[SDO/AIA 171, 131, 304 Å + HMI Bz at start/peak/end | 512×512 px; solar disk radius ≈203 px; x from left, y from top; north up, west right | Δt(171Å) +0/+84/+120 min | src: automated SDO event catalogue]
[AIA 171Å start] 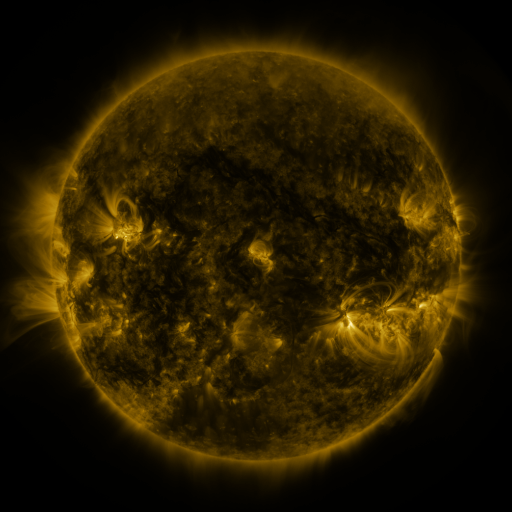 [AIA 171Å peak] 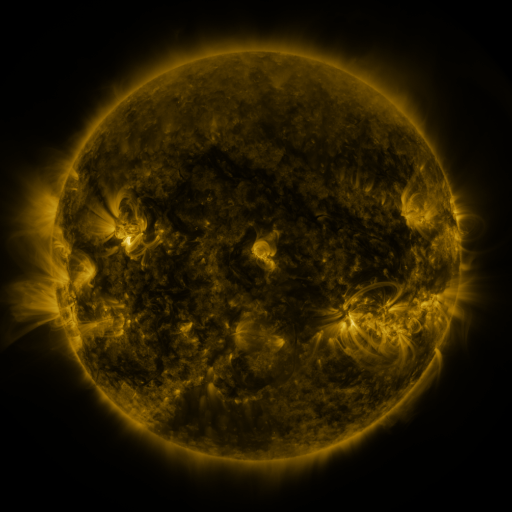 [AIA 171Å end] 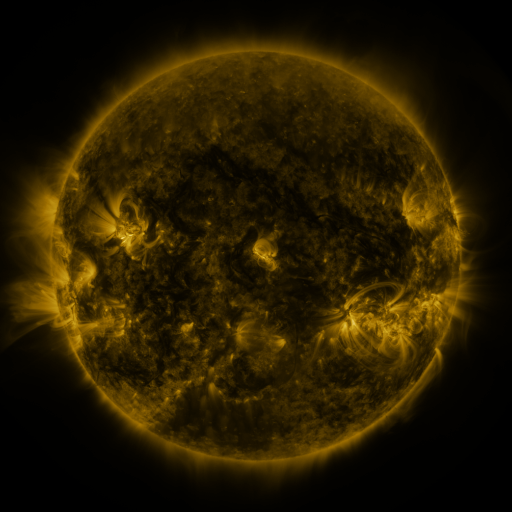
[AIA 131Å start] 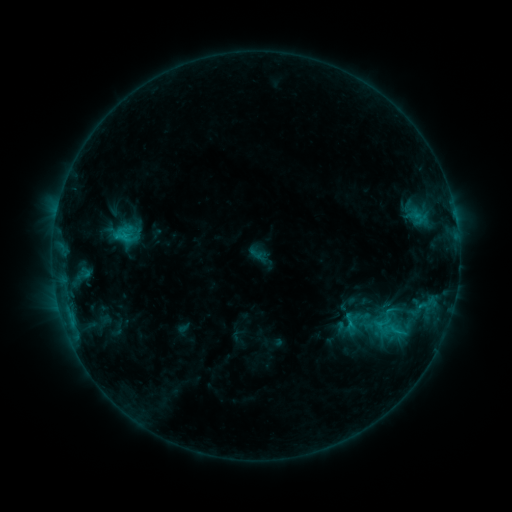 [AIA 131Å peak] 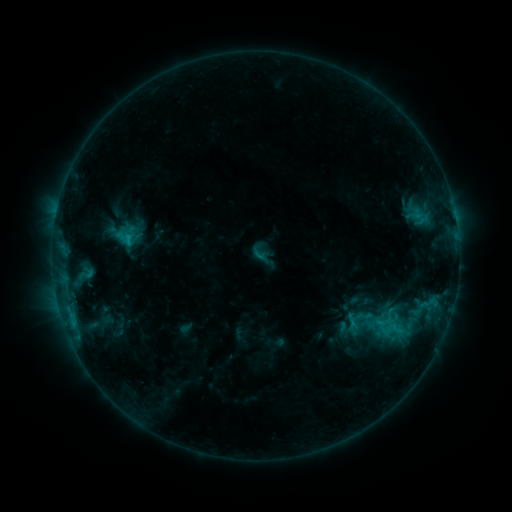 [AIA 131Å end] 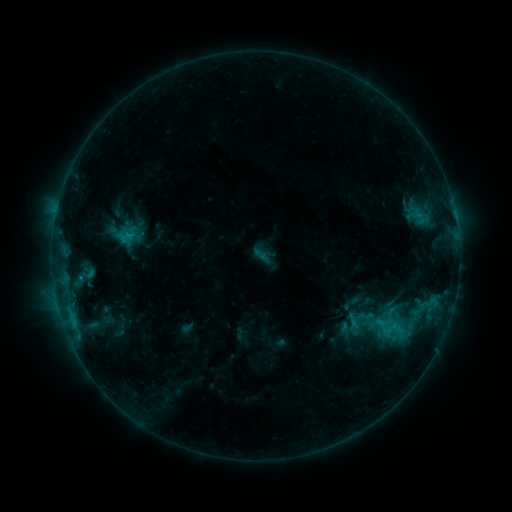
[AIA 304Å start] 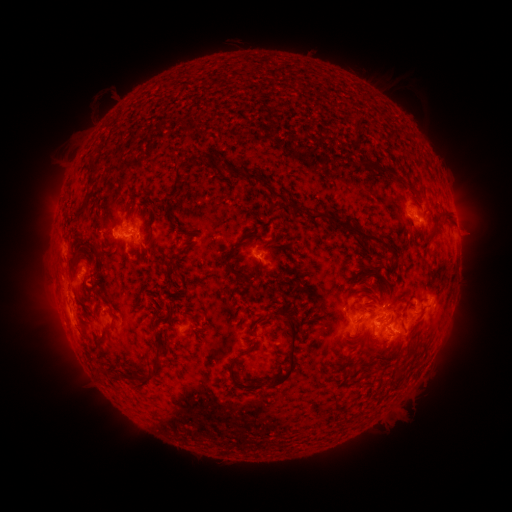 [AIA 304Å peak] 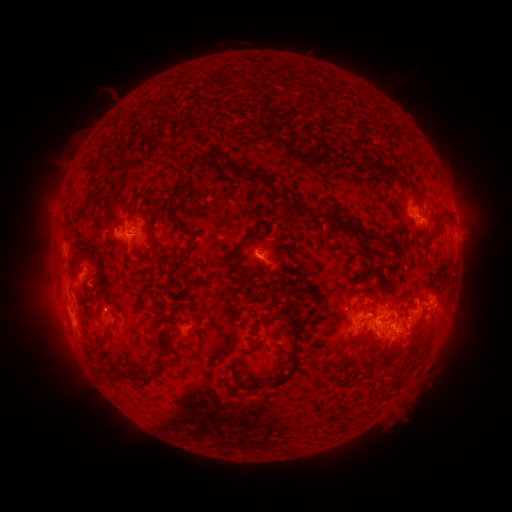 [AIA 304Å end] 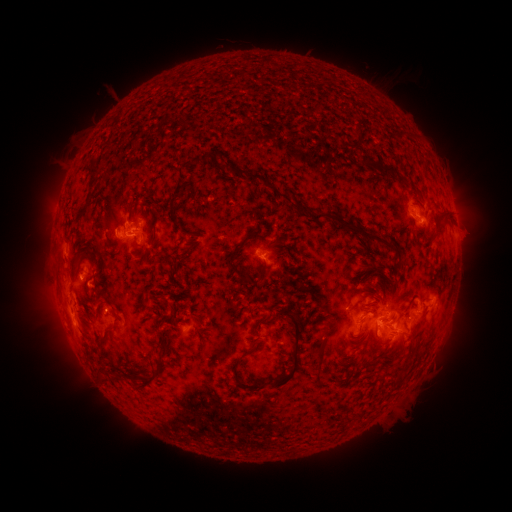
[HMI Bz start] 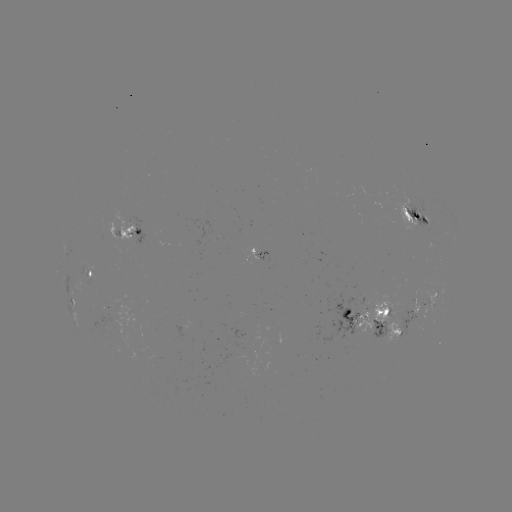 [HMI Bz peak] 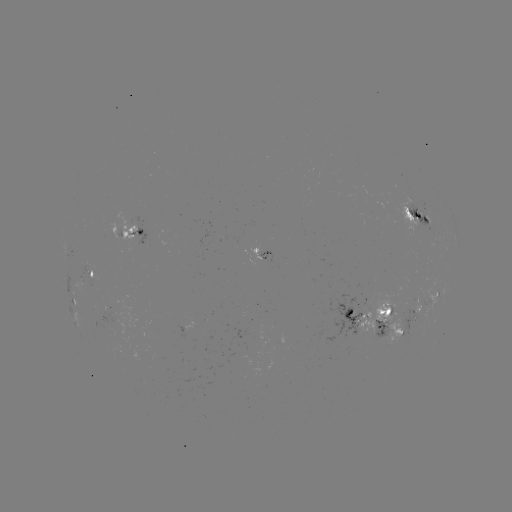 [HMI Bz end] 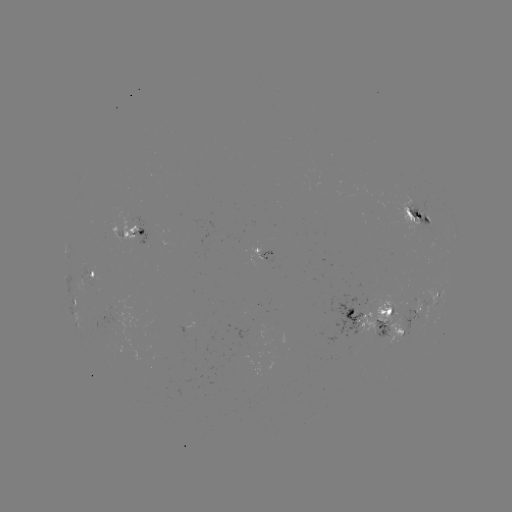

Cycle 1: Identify emerging-flux region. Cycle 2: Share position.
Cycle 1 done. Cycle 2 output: [241, 318].